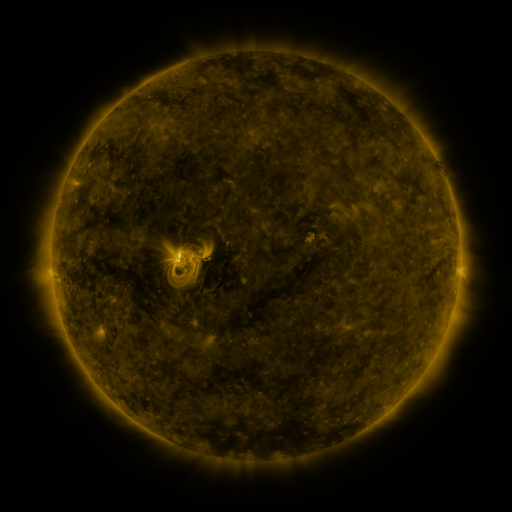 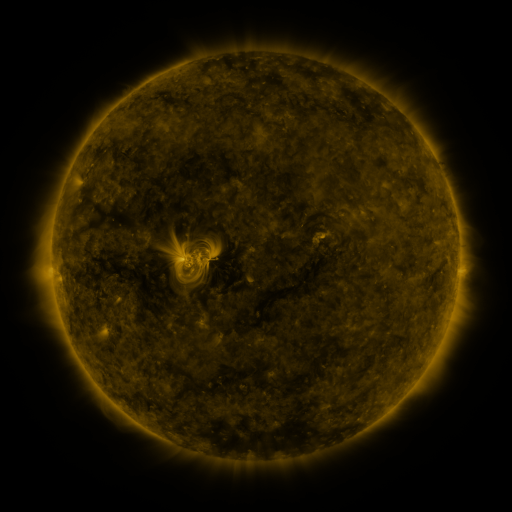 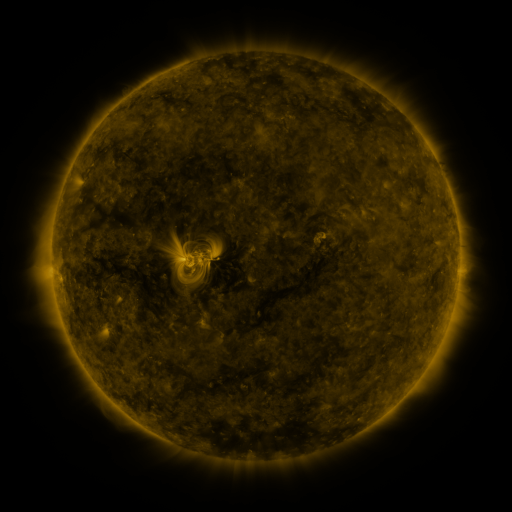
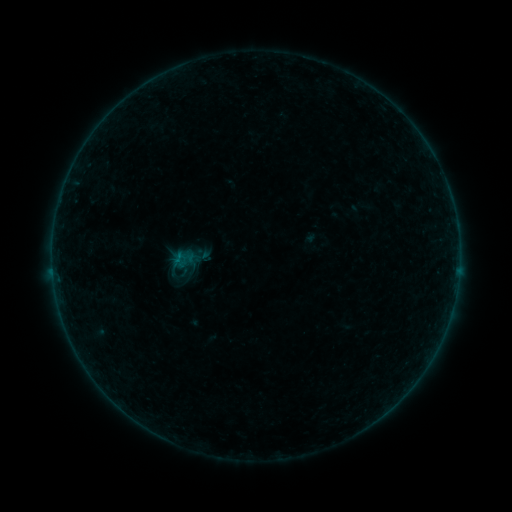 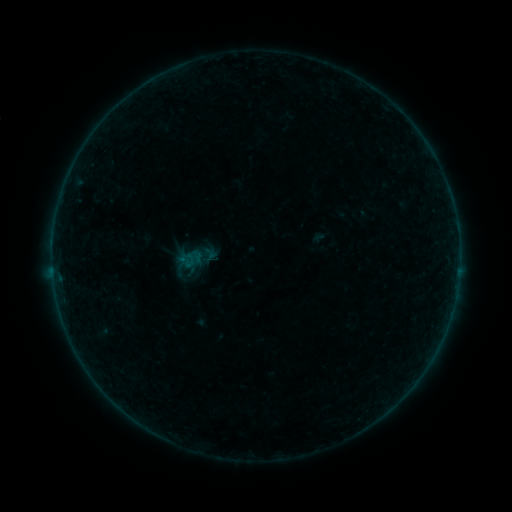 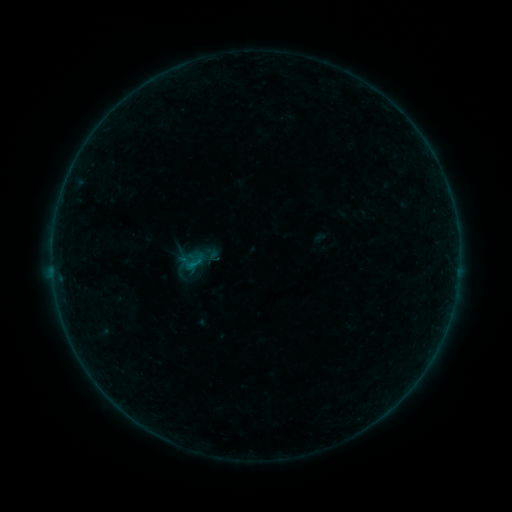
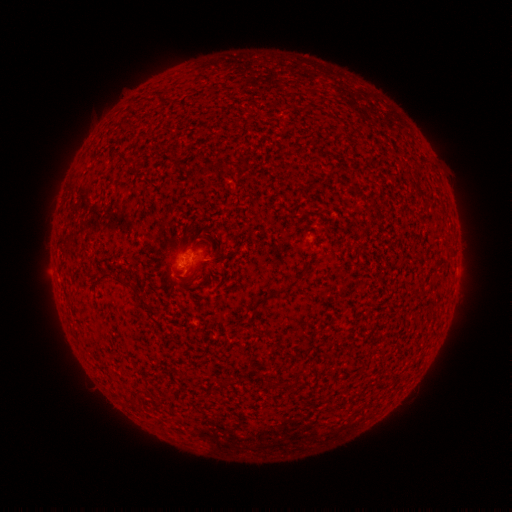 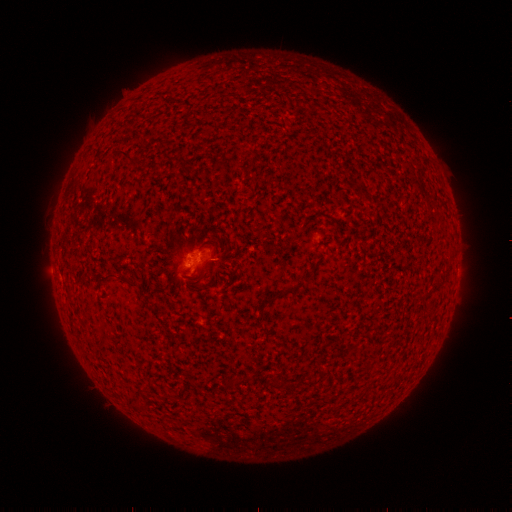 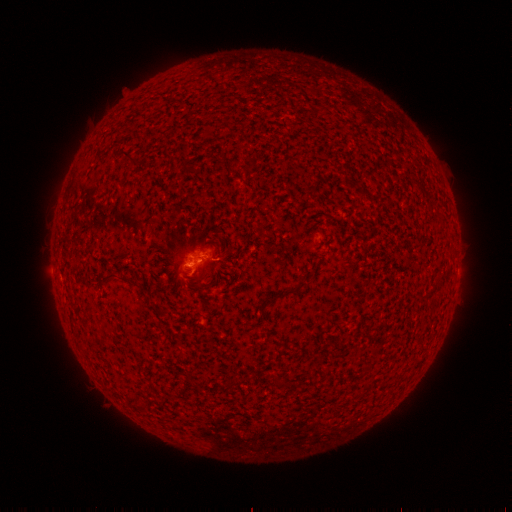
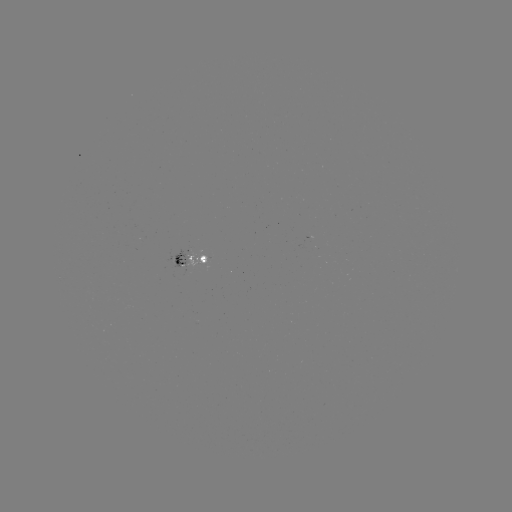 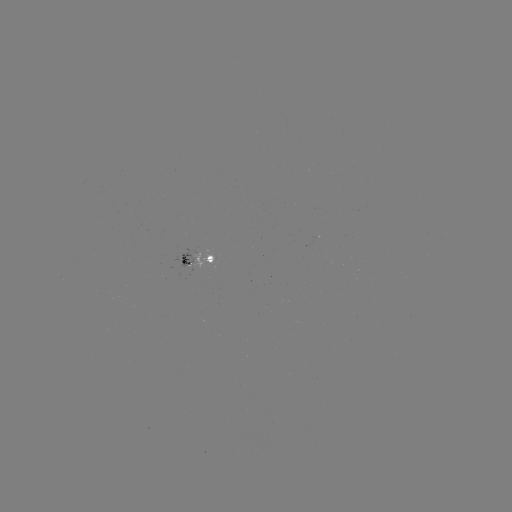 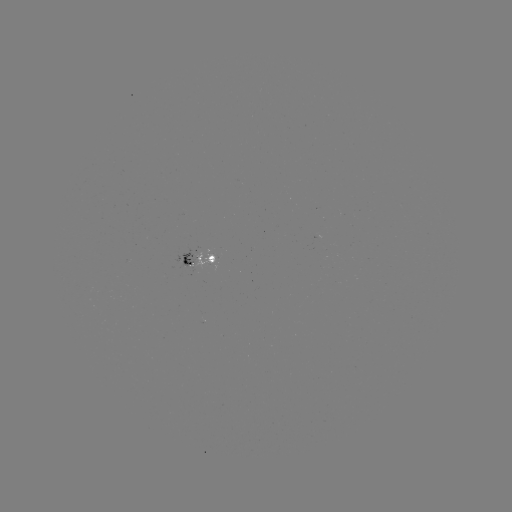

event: emerging-flux region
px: (187, 263)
